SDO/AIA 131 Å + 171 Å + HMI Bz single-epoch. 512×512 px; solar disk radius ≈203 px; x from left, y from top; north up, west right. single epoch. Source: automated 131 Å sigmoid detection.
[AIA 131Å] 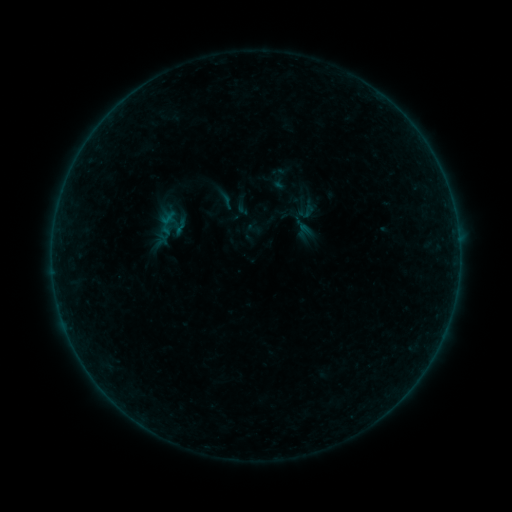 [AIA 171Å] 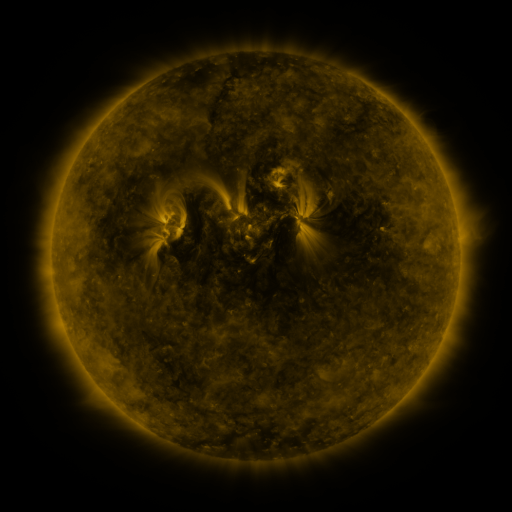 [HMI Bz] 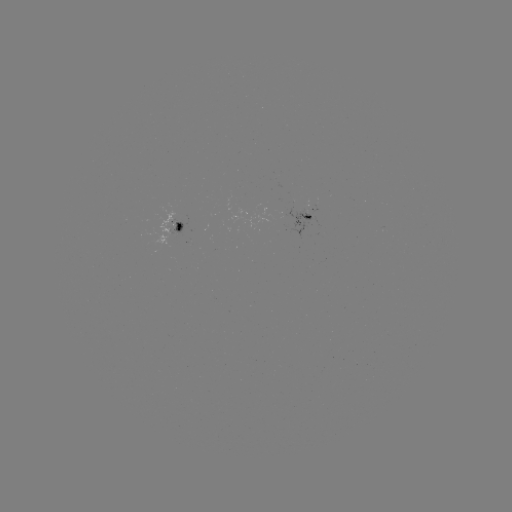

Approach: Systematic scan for sigmoid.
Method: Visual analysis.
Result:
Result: sigmoid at (226, 200).